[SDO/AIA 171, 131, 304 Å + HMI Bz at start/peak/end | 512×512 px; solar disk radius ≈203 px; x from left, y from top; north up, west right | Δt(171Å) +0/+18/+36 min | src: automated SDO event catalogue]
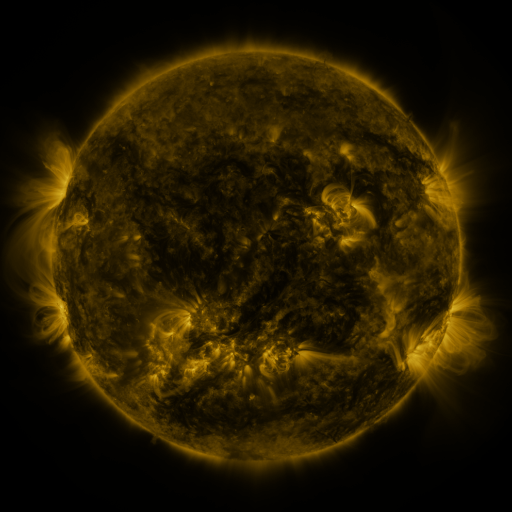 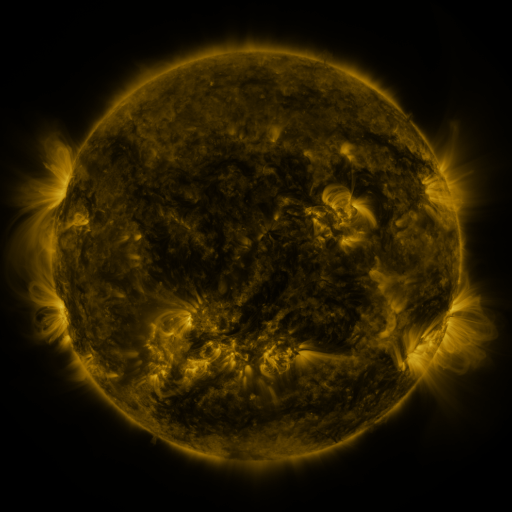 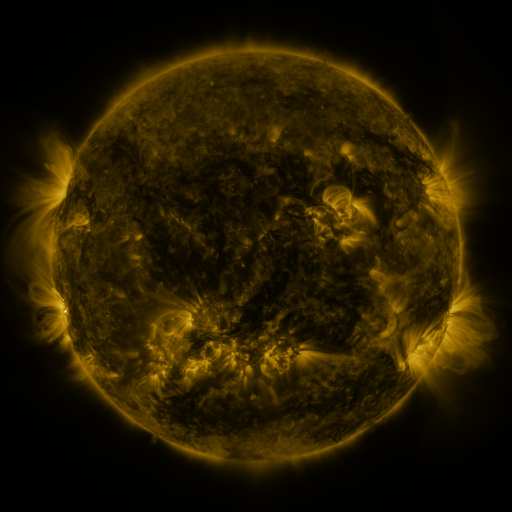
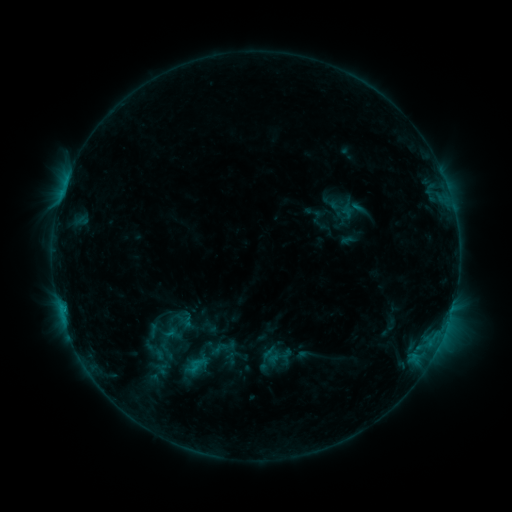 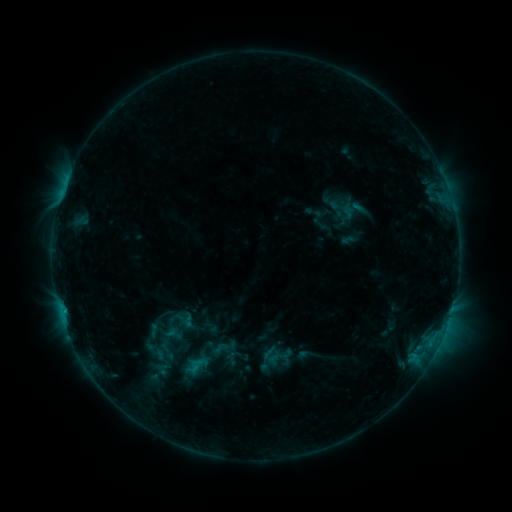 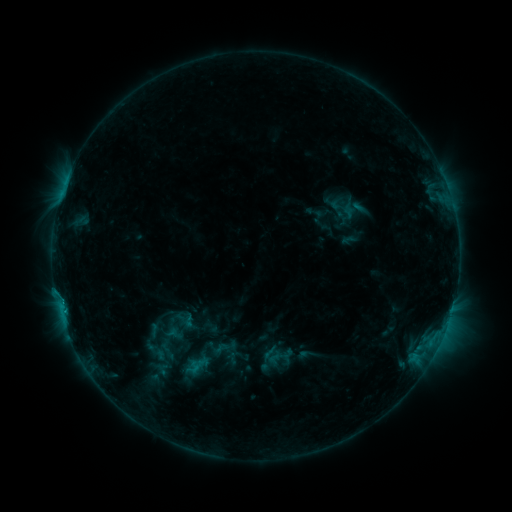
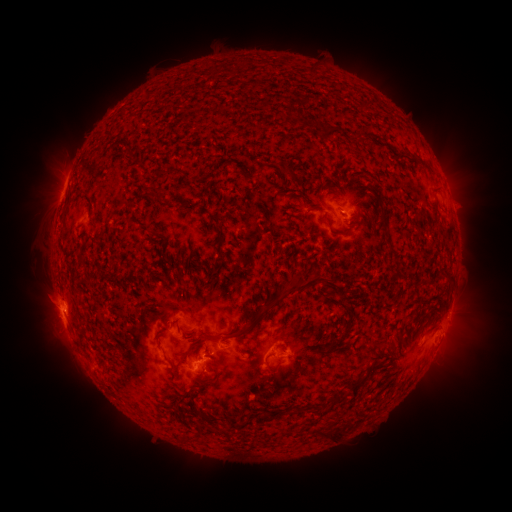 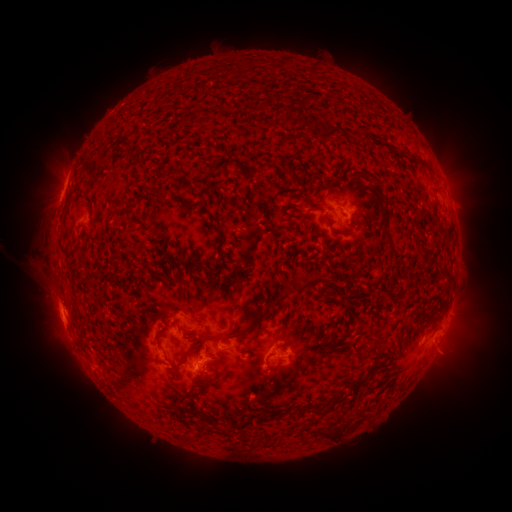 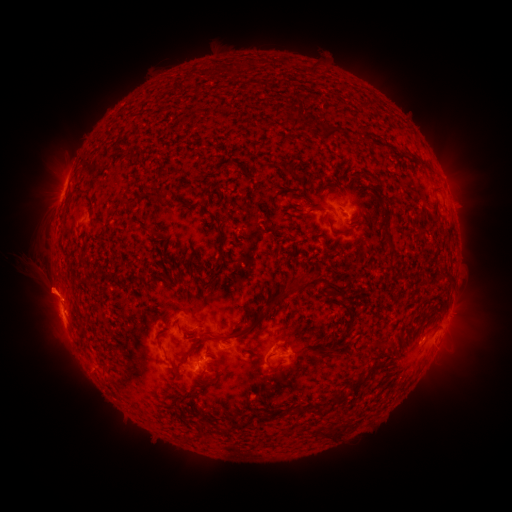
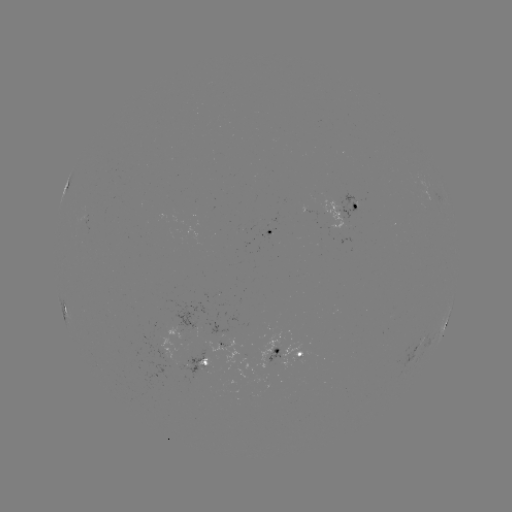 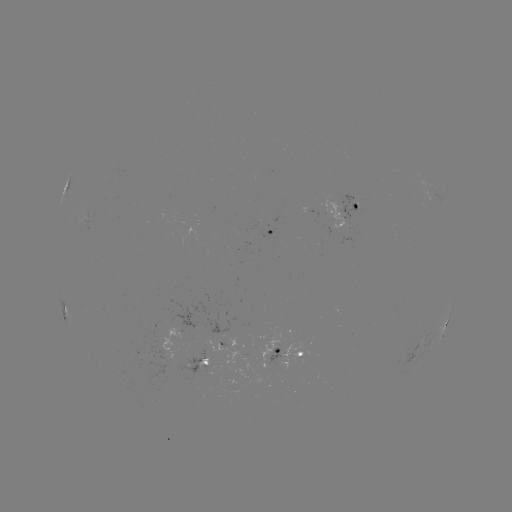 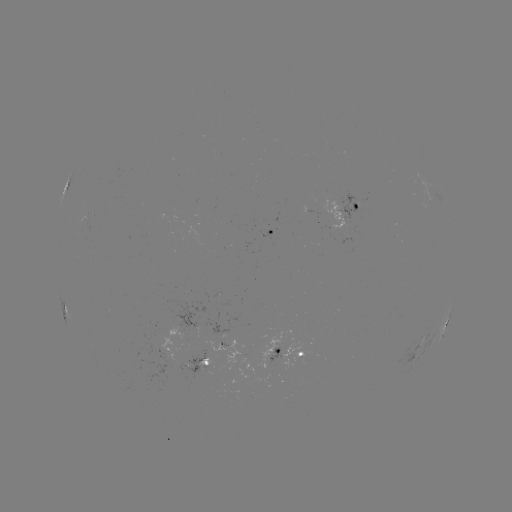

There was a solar eruption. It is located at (39, 273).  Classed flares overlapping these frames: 1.